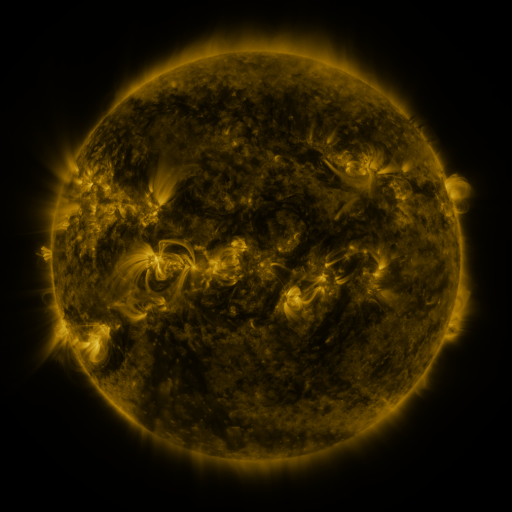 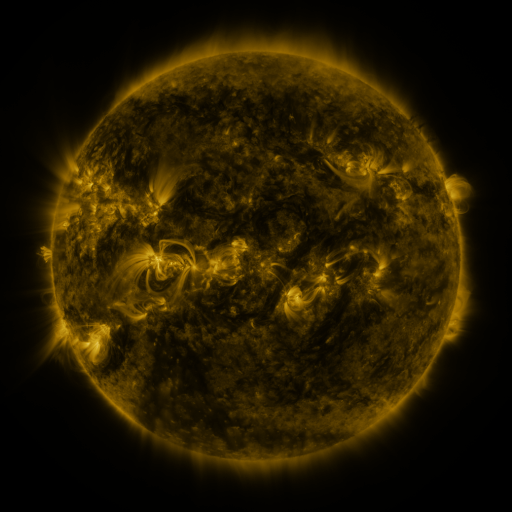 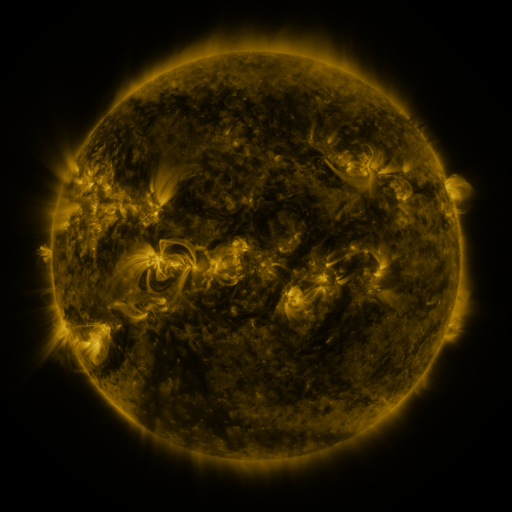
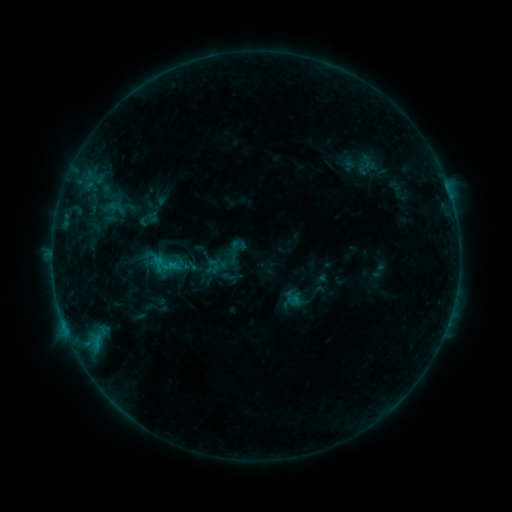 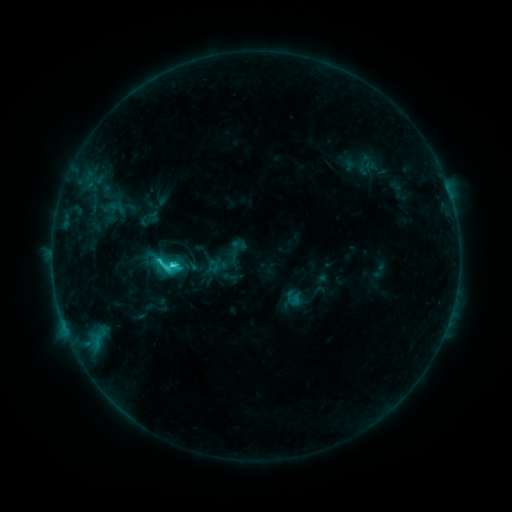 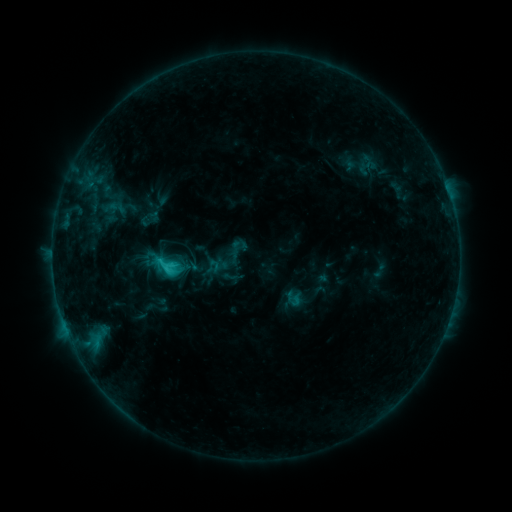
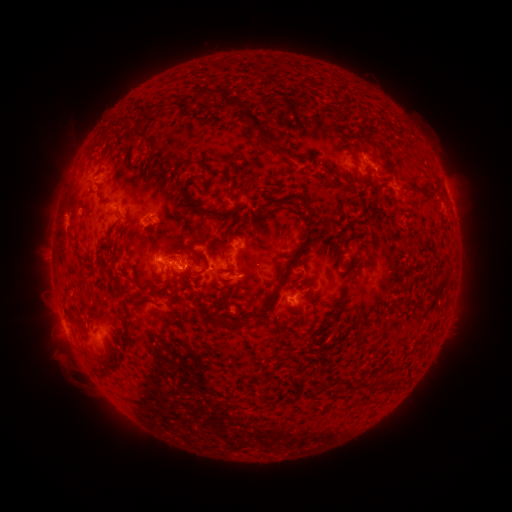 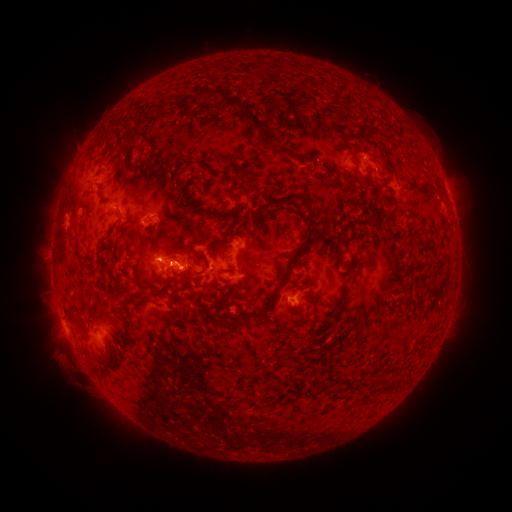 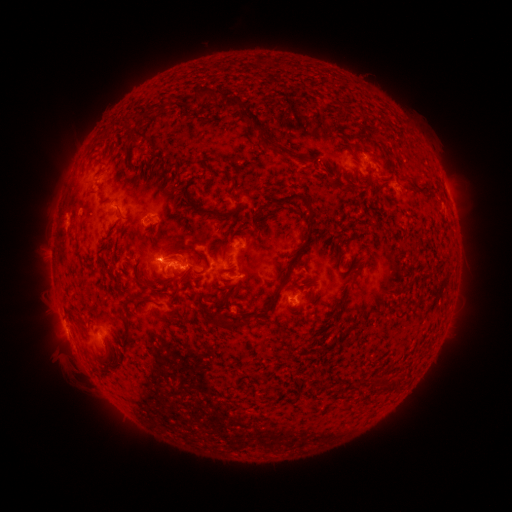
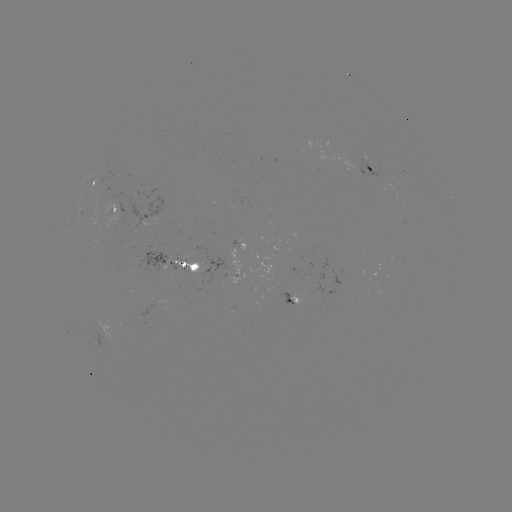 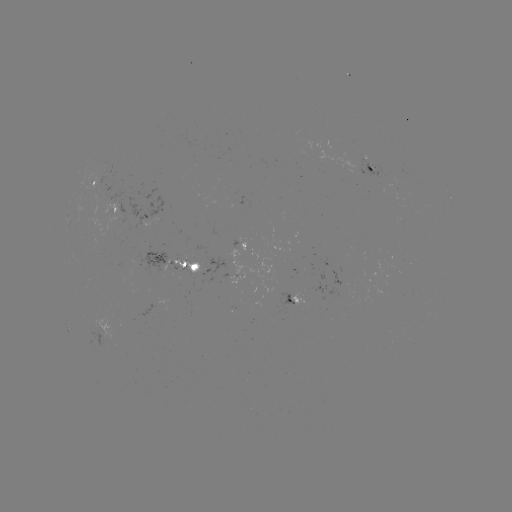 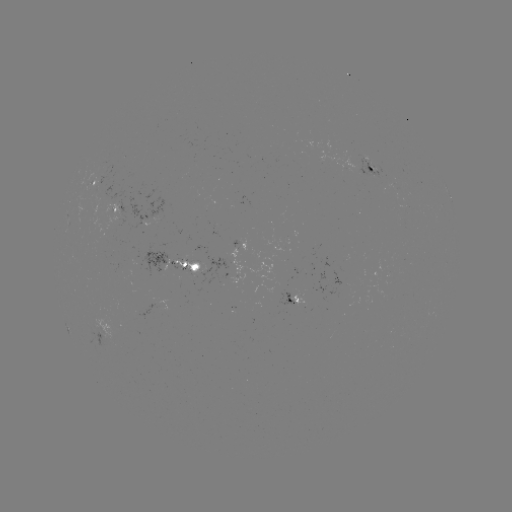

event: flare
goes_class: C3.3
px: (173, 262)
